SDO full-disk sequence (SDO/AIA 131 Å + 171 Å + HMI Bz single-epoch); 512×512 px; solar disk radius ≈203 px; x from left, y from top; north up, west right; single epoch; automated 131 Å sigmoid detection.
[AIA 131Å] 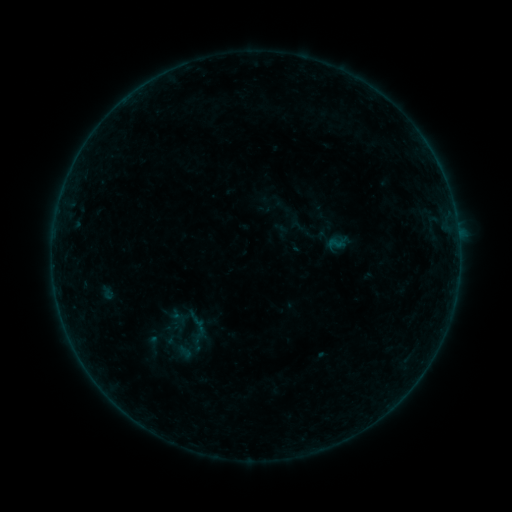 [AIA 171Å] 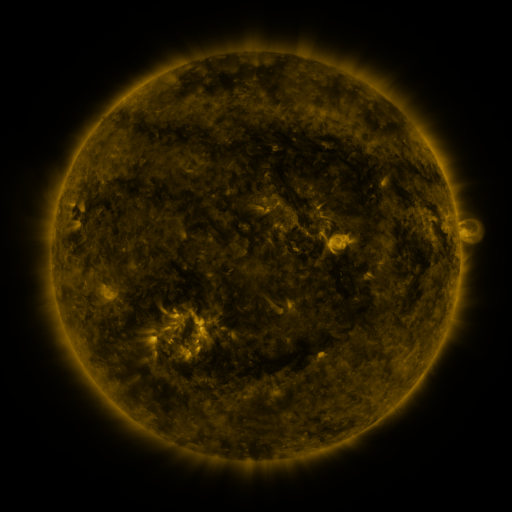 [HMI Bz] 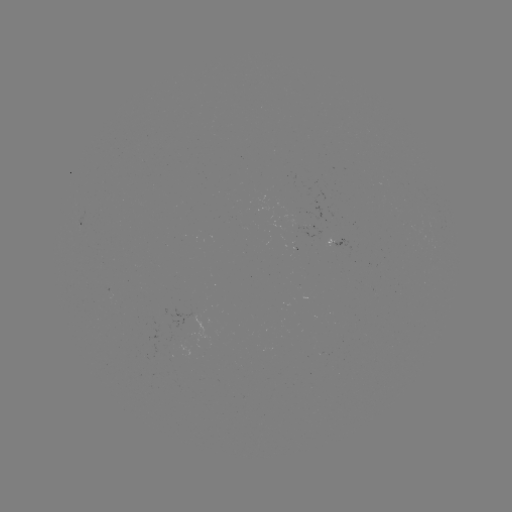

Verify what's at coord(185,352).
sigmoid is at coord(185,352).